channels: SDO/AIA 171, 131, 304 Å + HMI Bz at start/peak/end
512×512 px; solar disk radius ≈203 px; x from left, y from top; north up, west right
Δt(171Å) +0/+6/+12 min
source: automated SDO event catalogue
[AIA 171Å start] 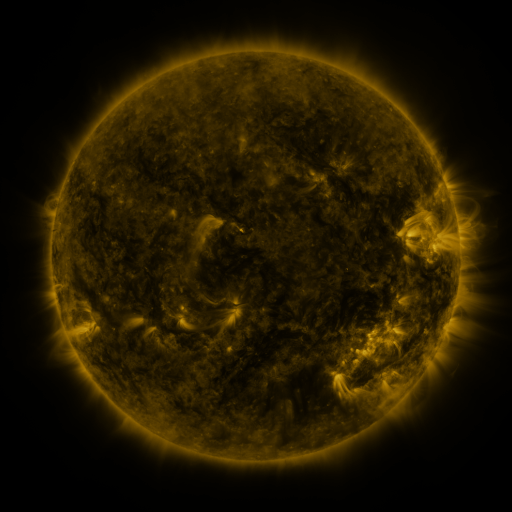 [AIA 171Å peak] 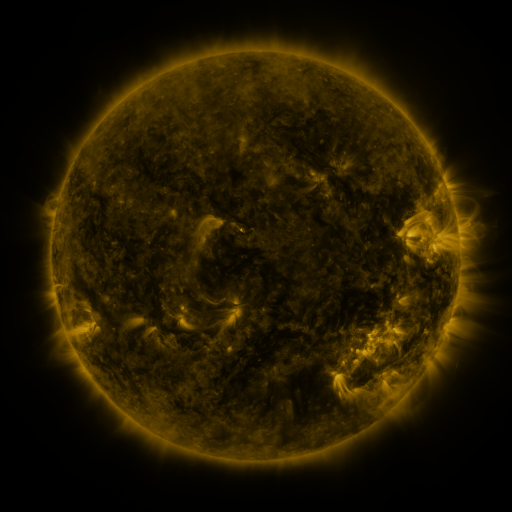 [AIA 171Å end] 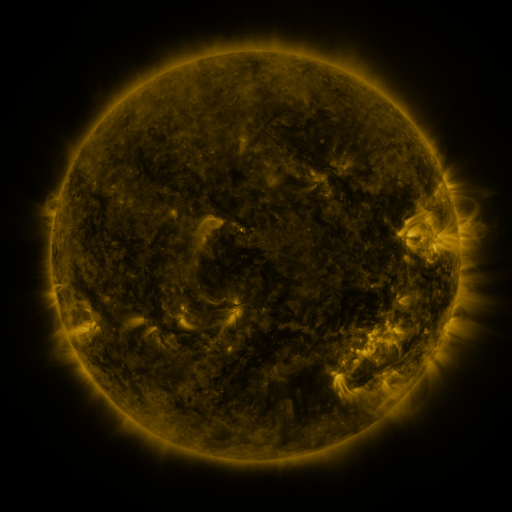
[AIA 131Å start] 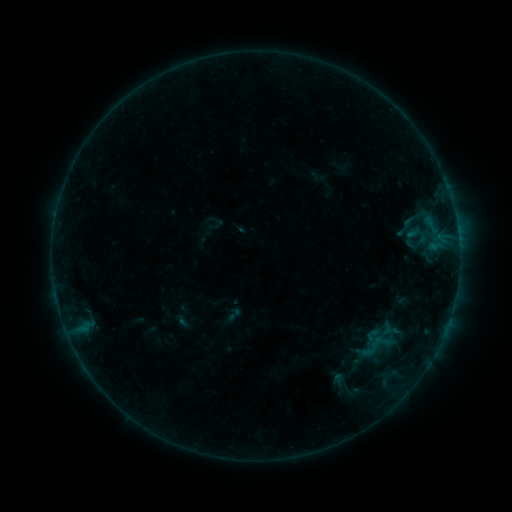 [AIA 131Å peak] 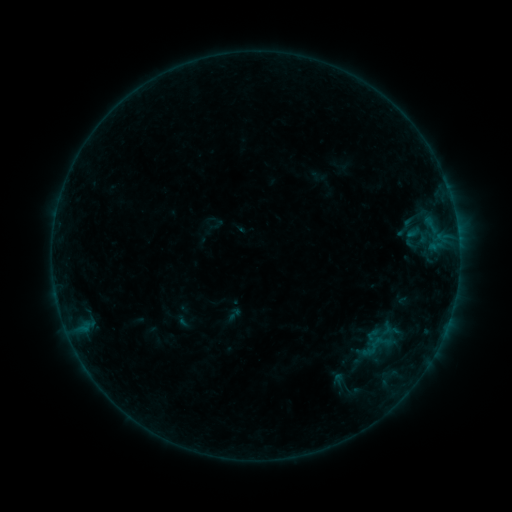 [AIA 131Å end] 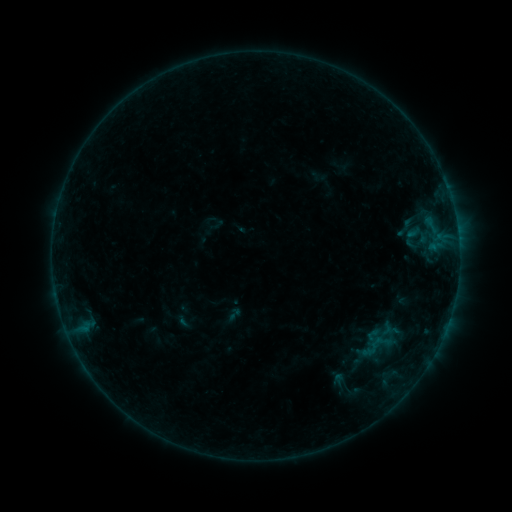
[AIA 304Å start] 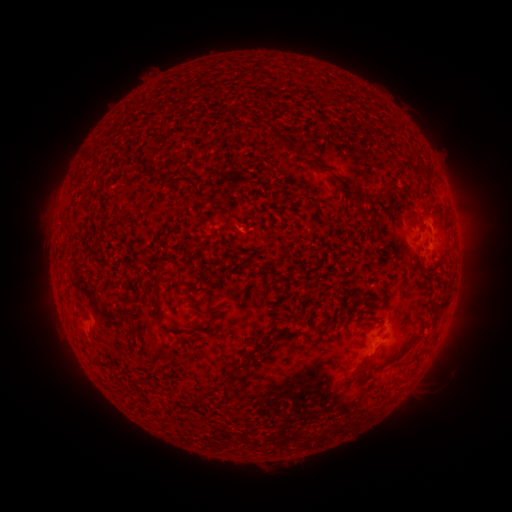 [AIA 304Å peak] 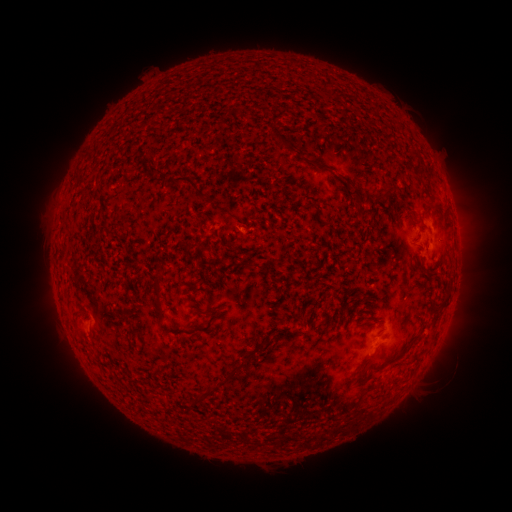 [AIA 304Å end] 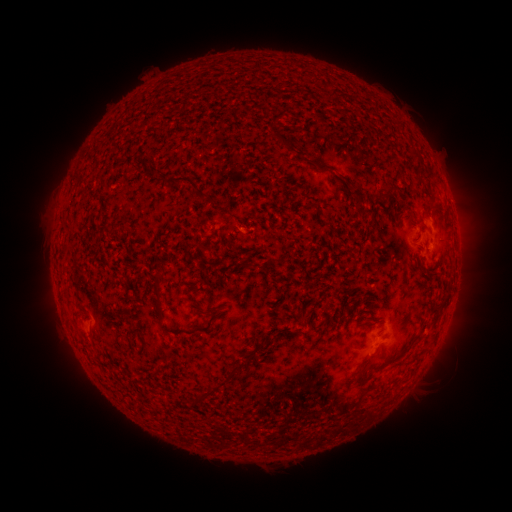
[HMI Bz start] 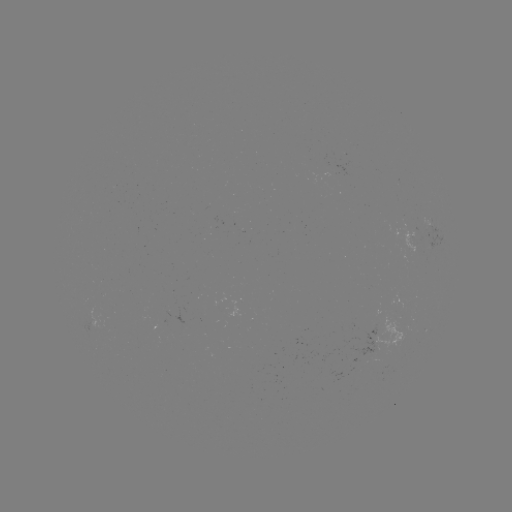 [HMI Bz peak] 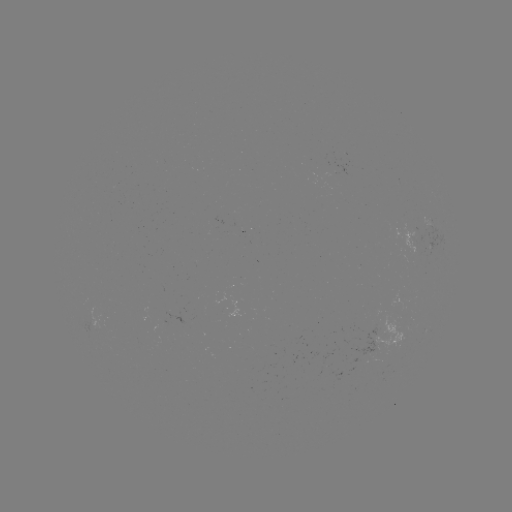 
no catalogued flare and no flagged EUV brightening in this window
